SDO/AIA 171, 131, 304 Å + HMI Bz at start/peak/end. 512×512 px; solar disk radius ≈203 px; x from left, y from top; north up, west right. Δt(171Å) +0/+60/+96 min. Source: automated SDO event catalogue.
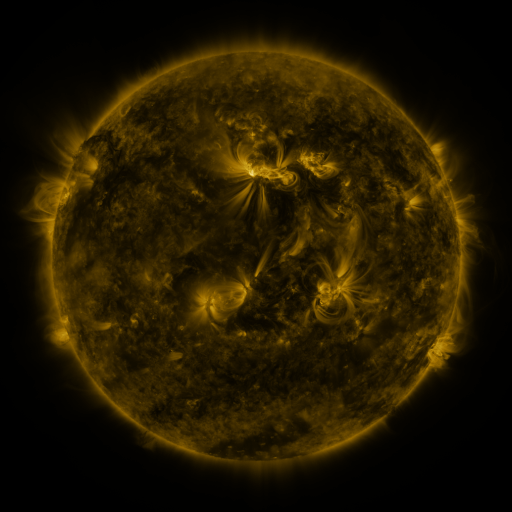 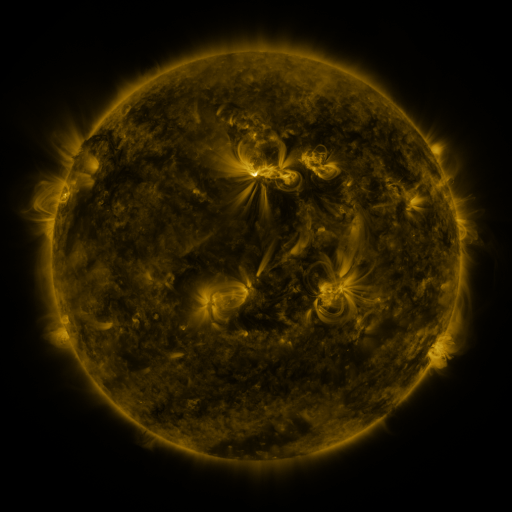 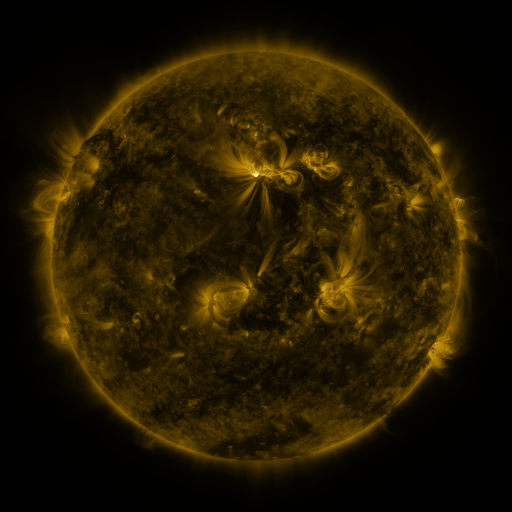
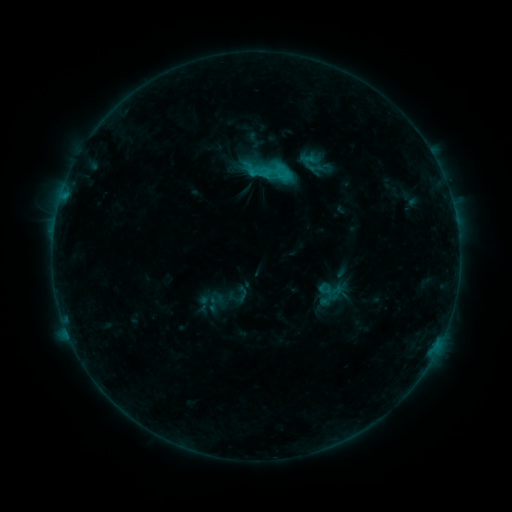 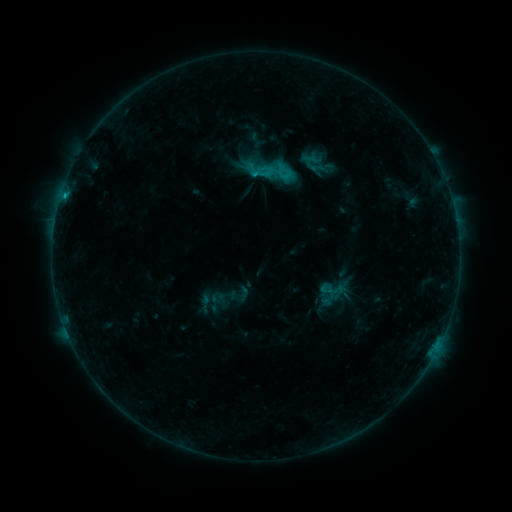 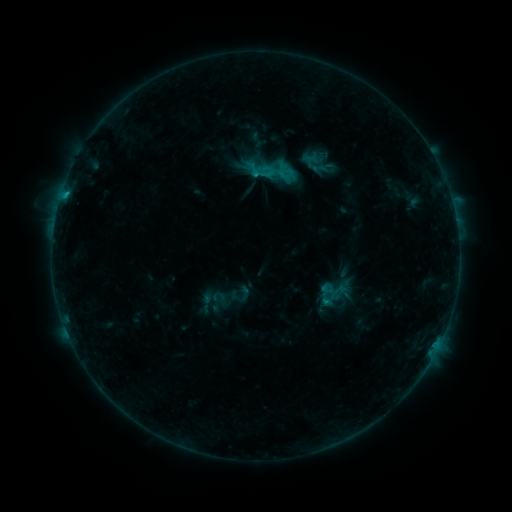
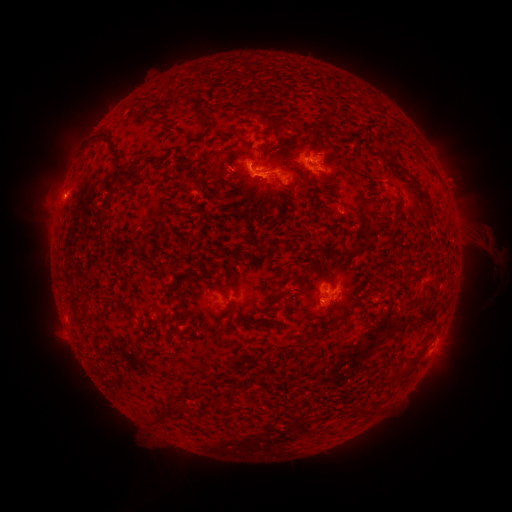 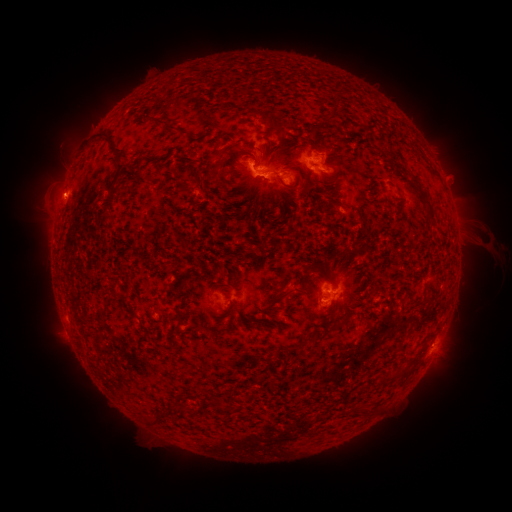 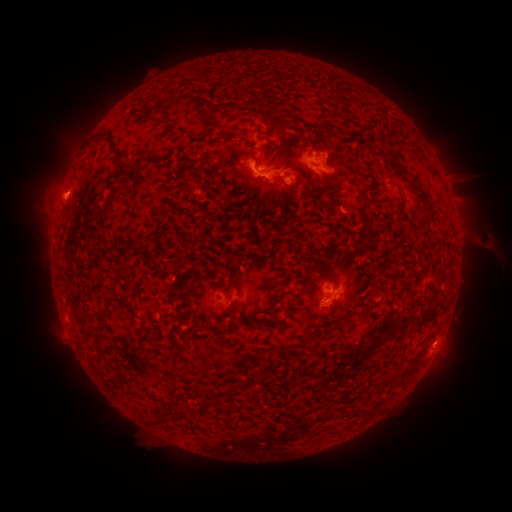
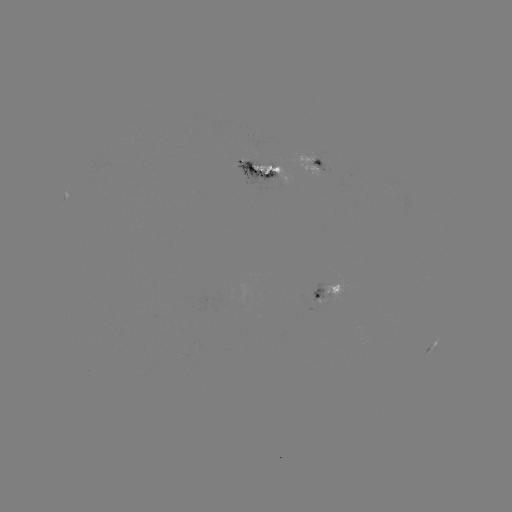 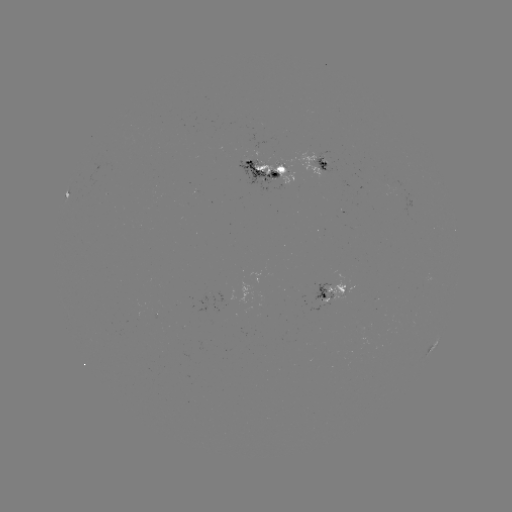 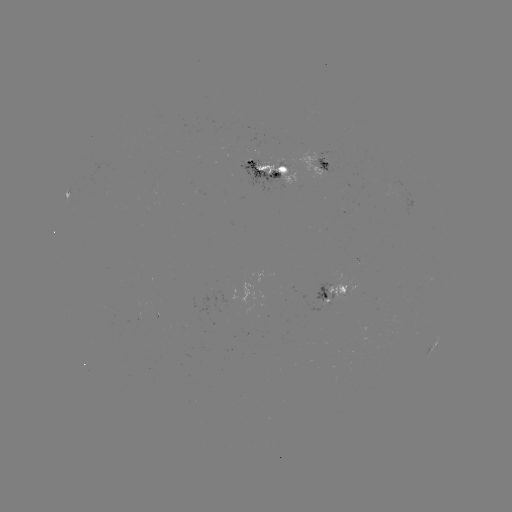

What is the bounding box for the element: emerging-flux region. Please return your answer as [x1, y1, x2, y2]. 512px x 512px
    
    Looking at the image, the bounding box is [273, 163, 288, 168].